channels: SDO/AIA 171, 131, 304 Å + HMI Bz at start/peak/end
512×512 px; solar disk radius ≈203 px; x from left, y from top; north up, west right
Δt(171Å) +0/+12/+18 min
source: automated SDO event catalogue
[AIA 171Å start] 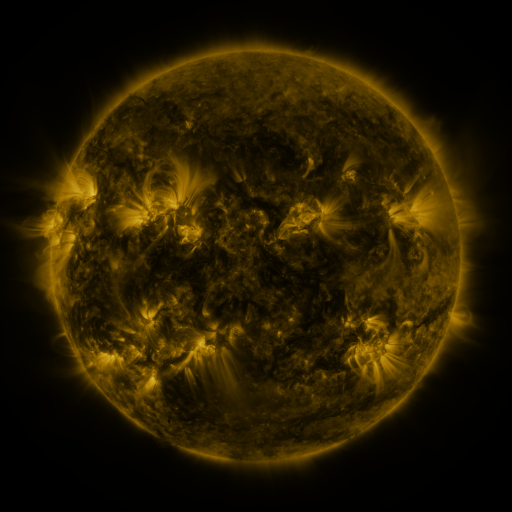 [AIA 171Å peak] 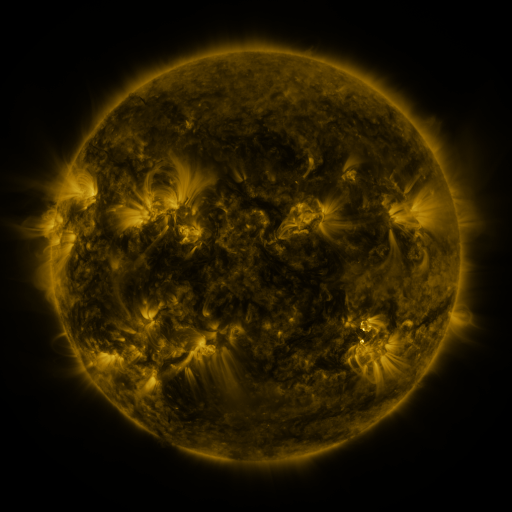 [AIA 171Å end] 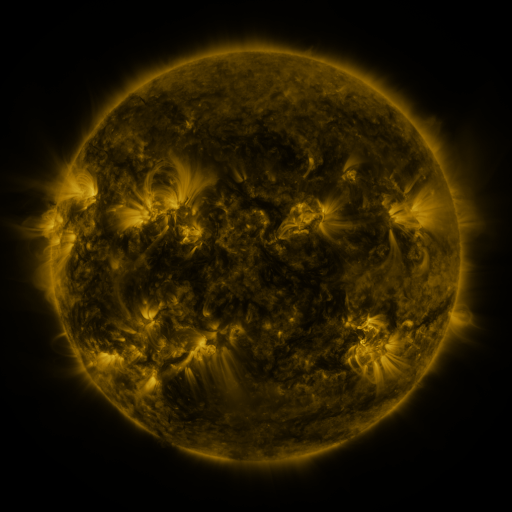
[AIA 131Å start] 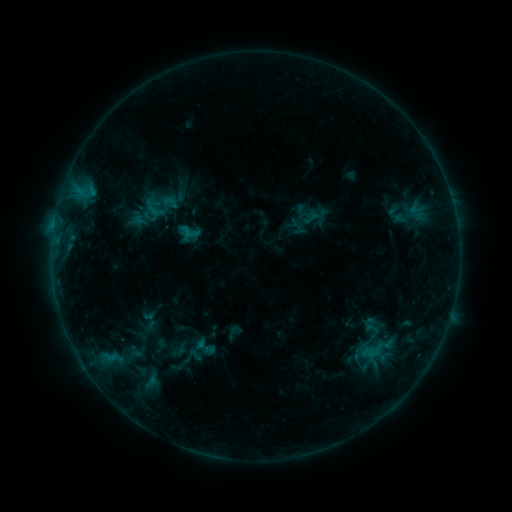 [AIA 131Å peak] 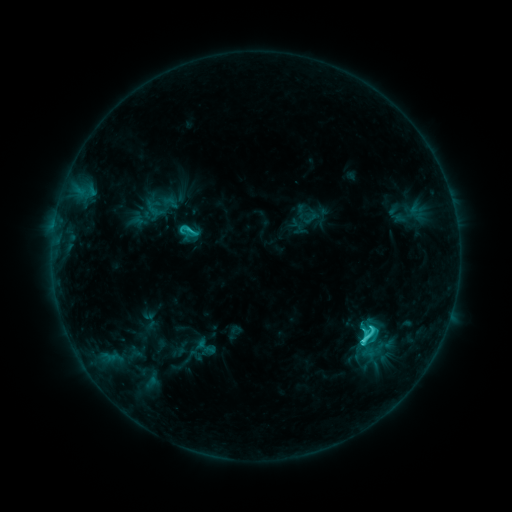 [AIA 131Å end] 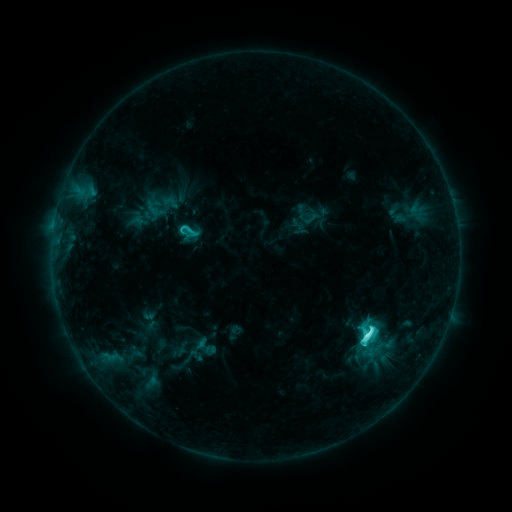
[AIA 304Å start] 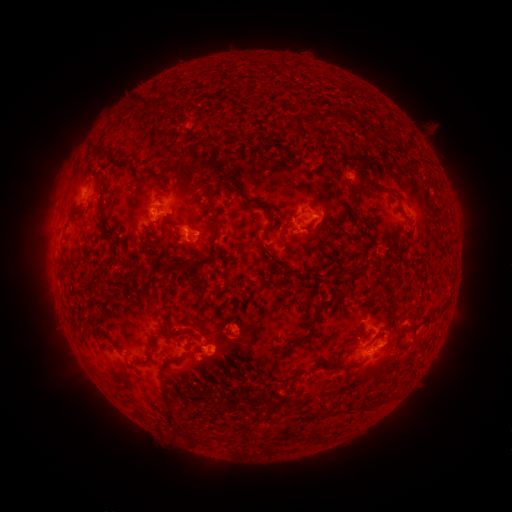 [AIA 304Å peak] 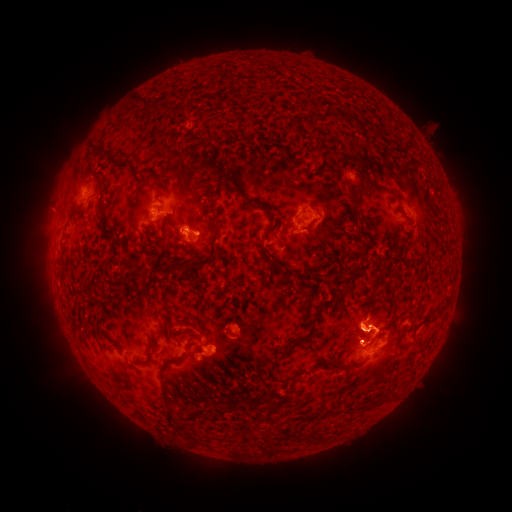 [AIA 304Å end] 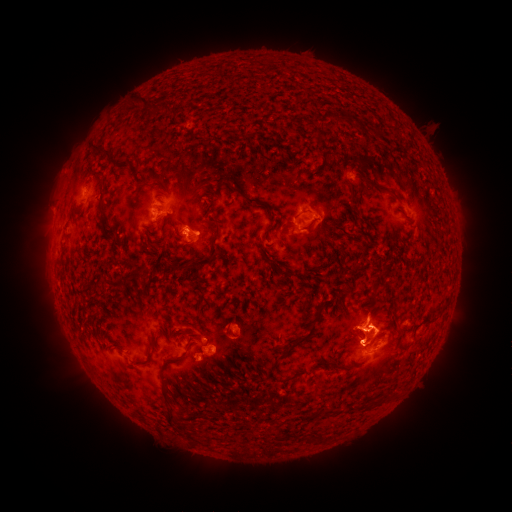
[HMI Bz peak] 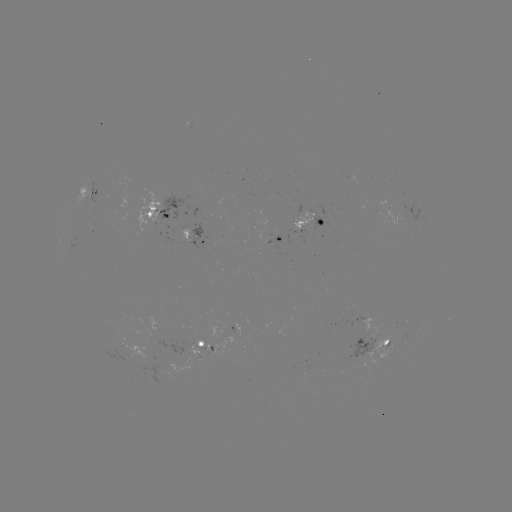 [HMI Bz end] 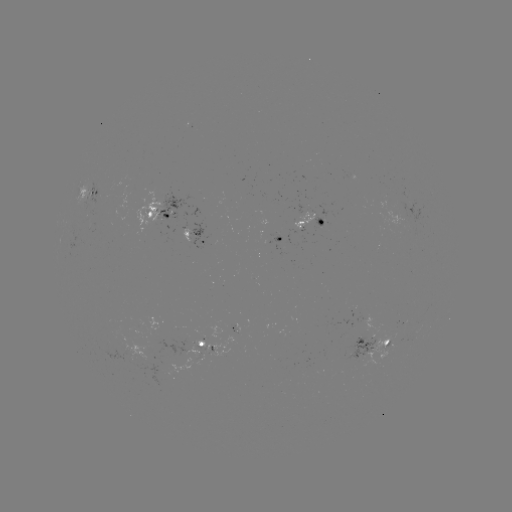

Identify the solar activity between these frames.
eruption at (364, 324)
